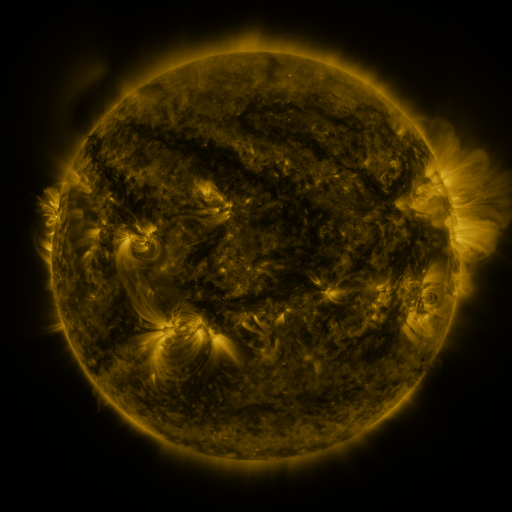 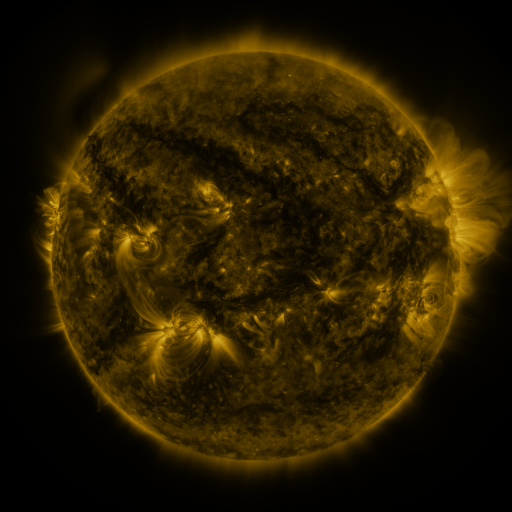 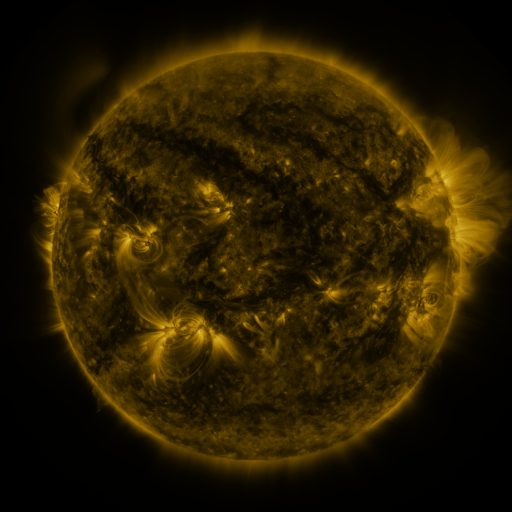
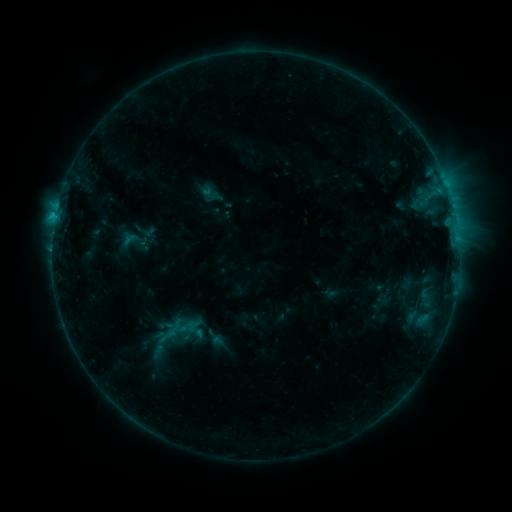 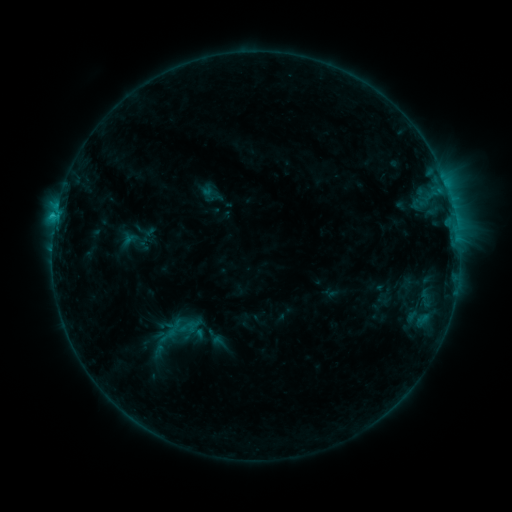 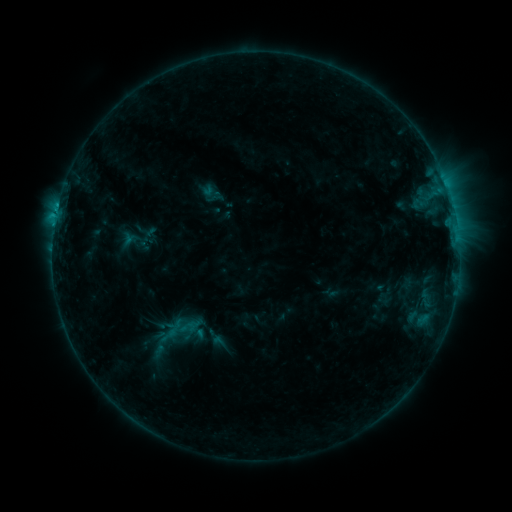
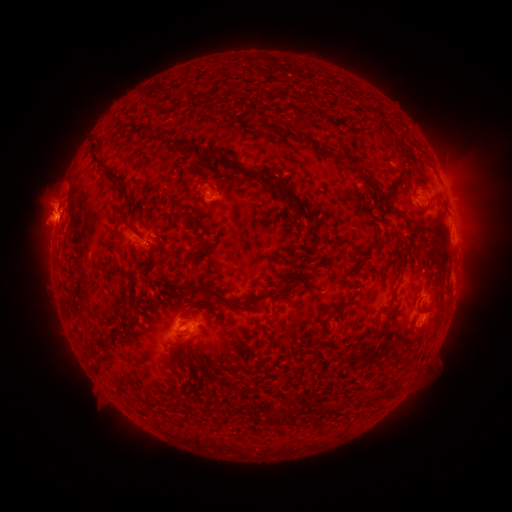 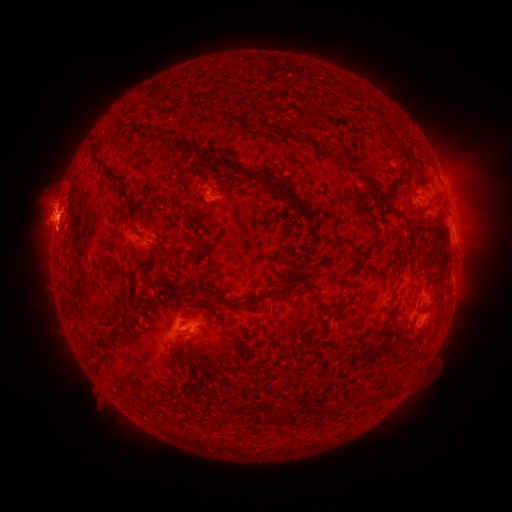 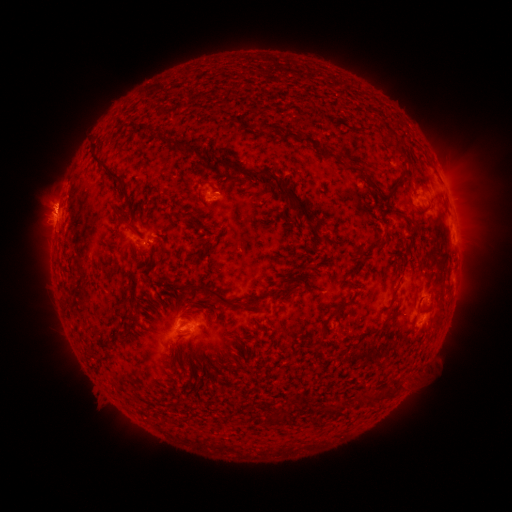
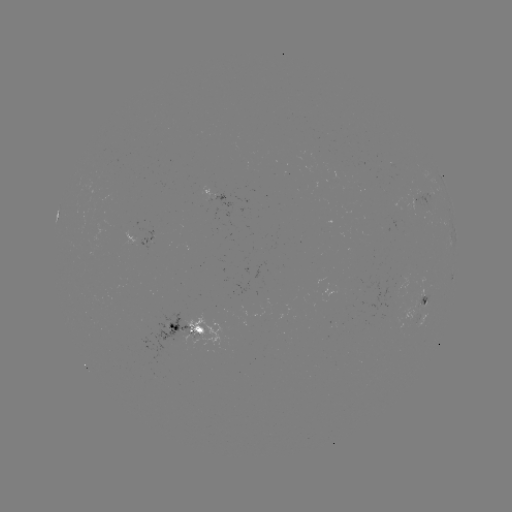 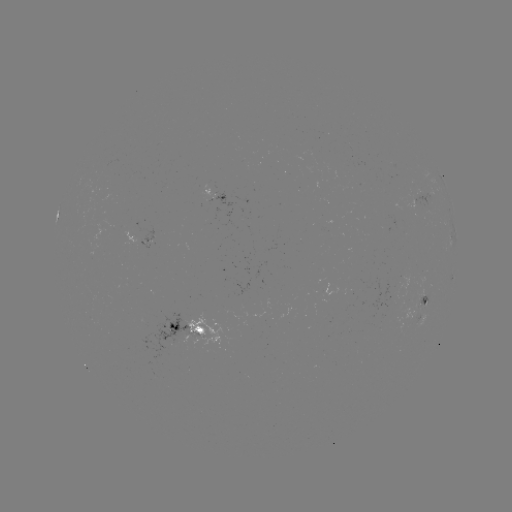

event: eruption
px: (63, 223)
